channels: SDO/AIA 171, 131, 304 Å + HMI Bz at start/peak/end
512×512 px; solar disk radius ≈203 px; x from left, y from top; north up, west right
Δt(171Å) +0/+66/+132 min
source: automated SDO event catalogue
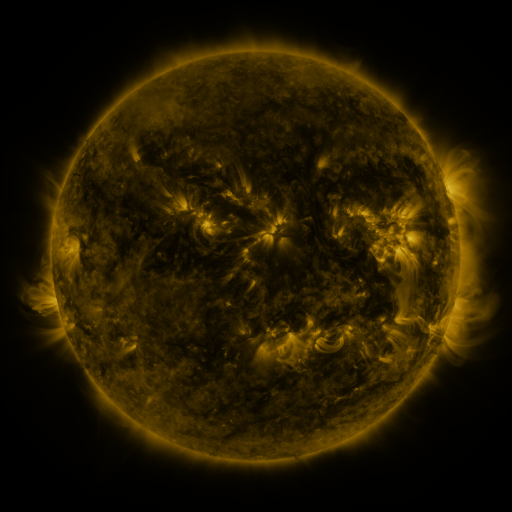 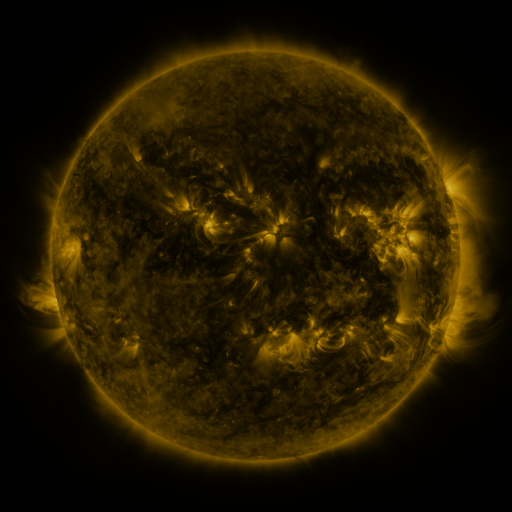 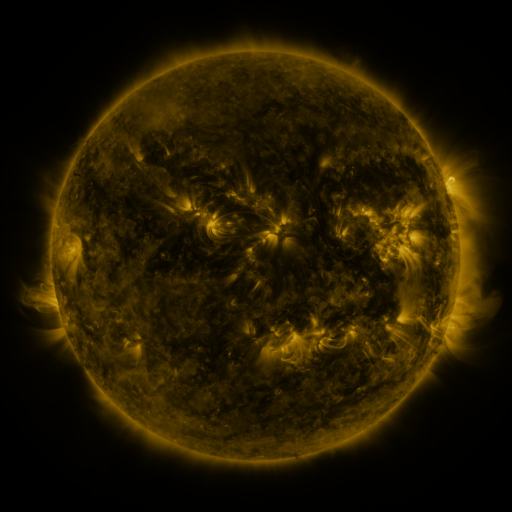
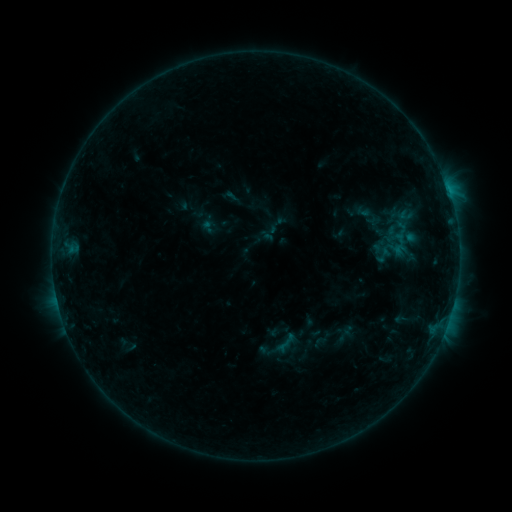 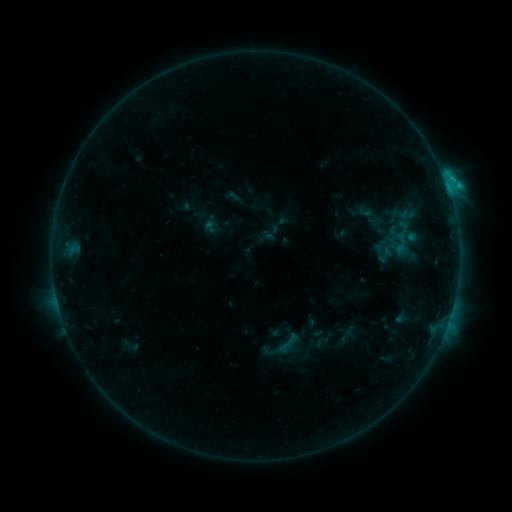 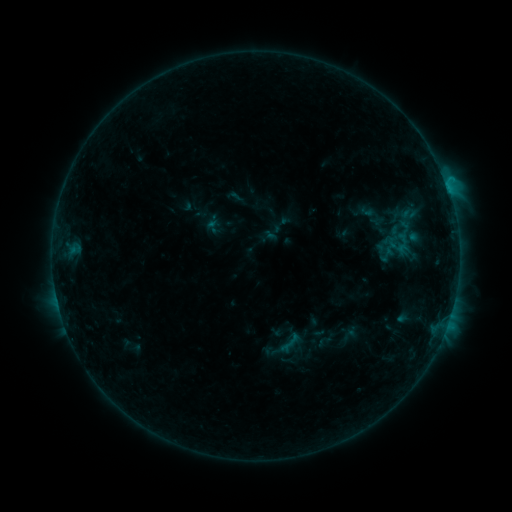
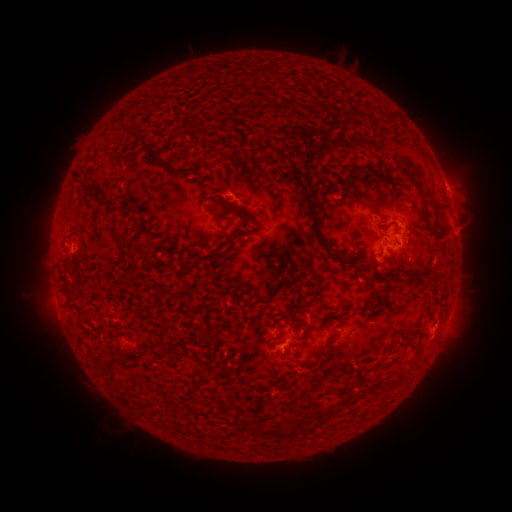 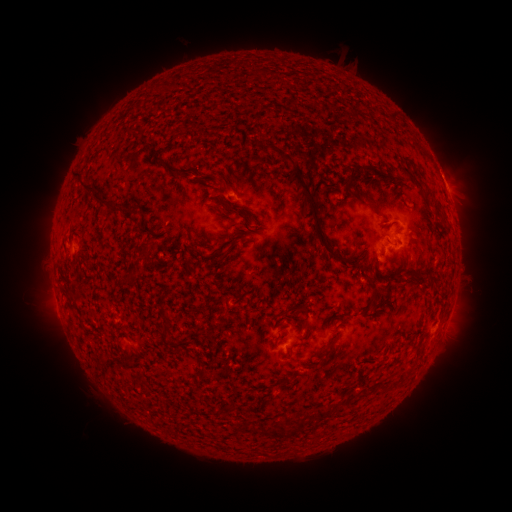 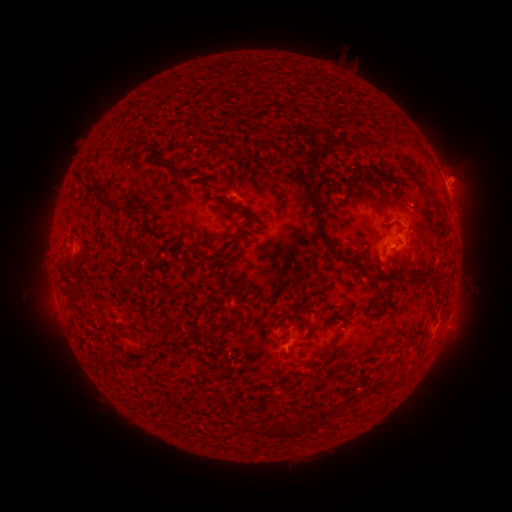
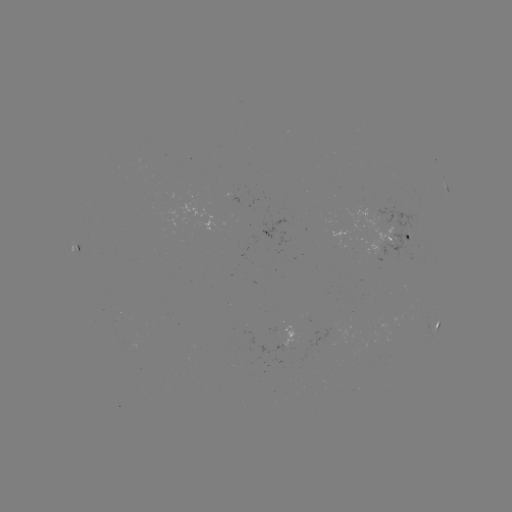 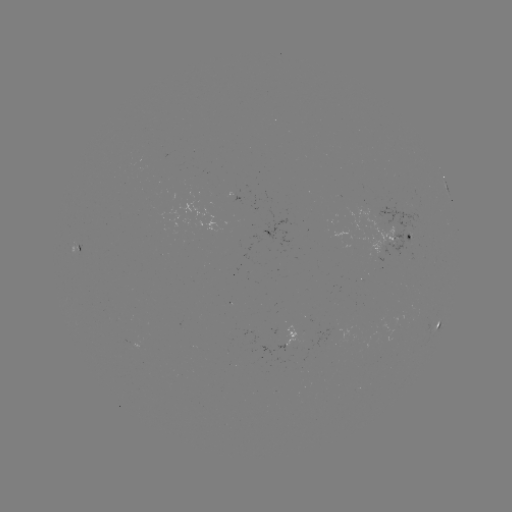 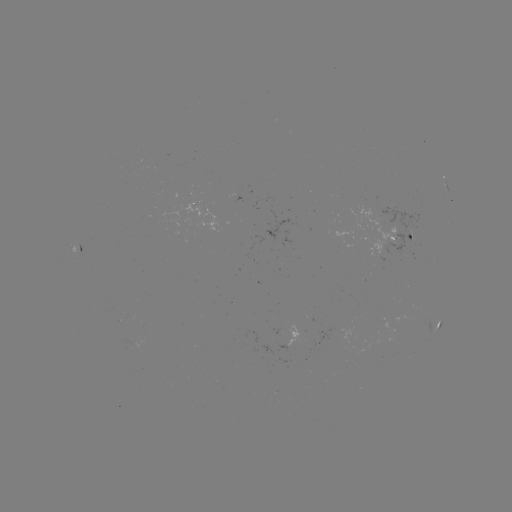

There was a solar flare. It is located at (445, 184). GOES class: C1.6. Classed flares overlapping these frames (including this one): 2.